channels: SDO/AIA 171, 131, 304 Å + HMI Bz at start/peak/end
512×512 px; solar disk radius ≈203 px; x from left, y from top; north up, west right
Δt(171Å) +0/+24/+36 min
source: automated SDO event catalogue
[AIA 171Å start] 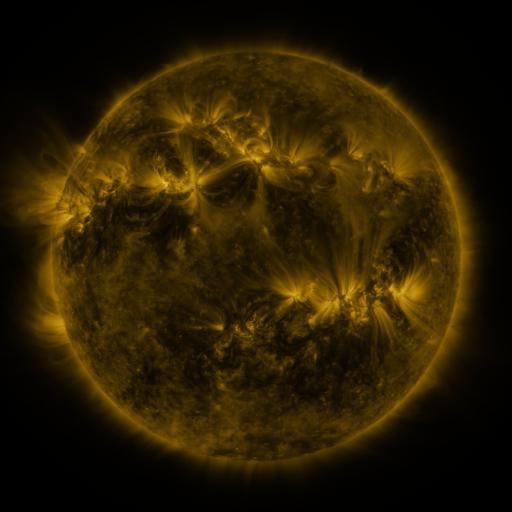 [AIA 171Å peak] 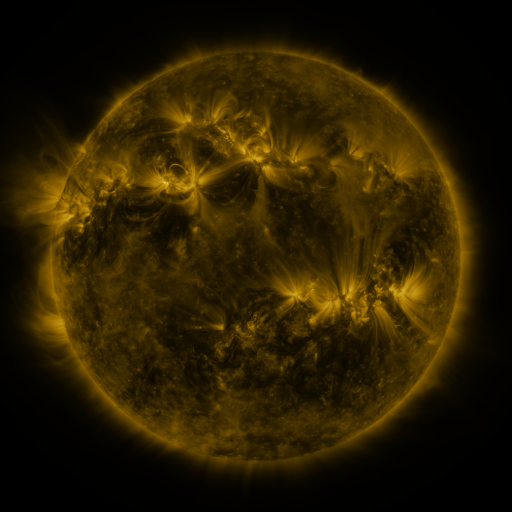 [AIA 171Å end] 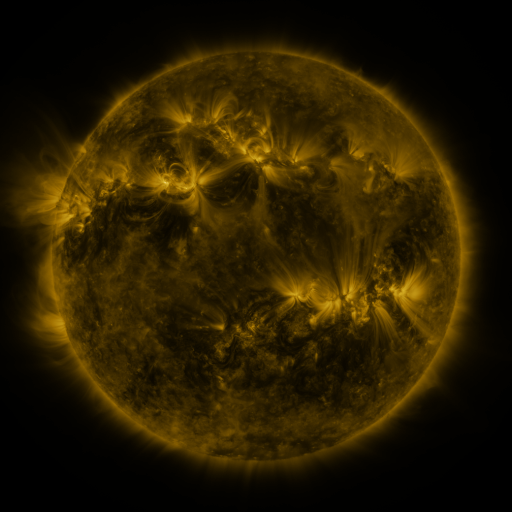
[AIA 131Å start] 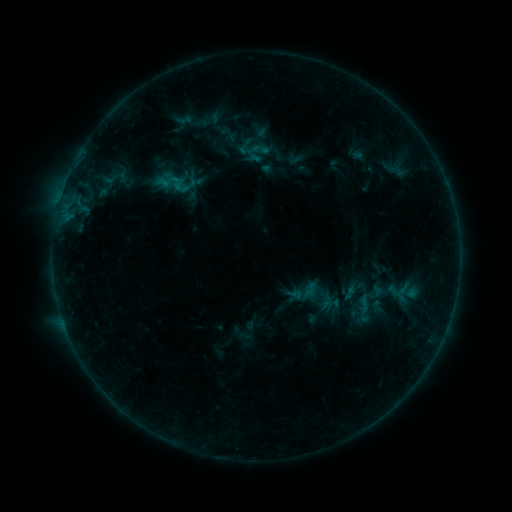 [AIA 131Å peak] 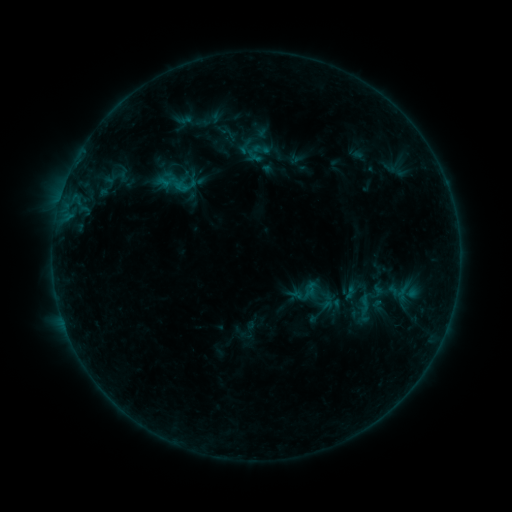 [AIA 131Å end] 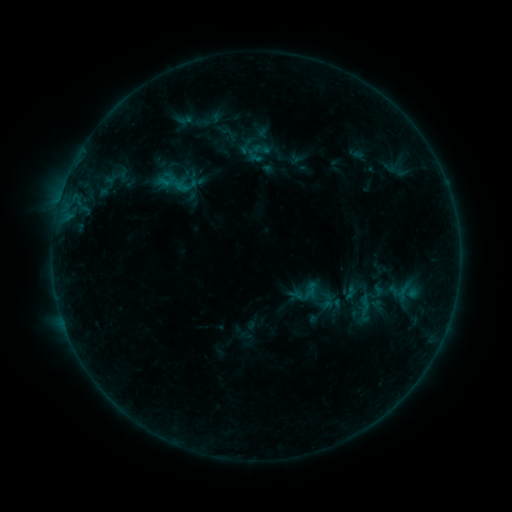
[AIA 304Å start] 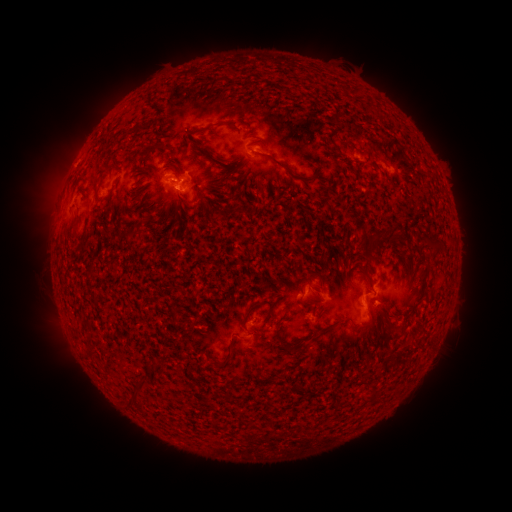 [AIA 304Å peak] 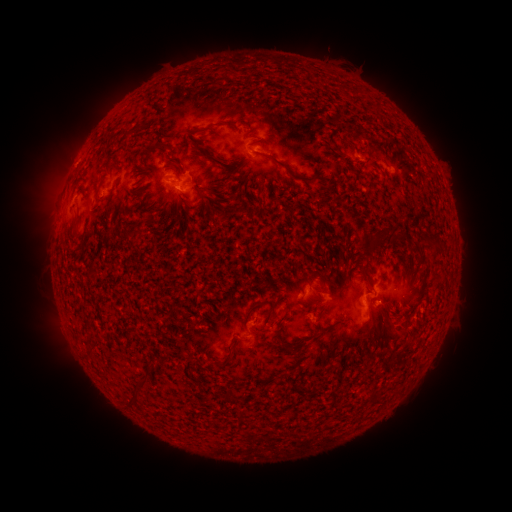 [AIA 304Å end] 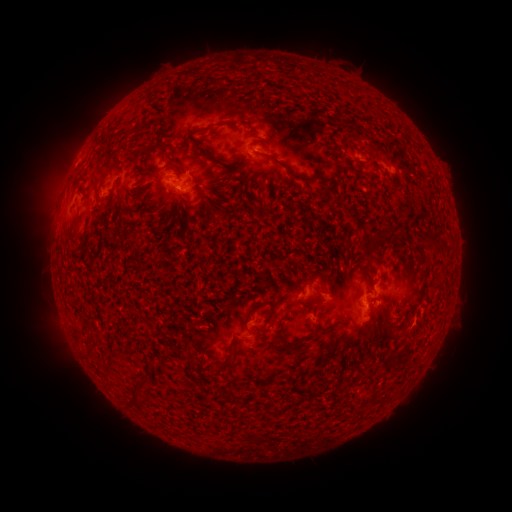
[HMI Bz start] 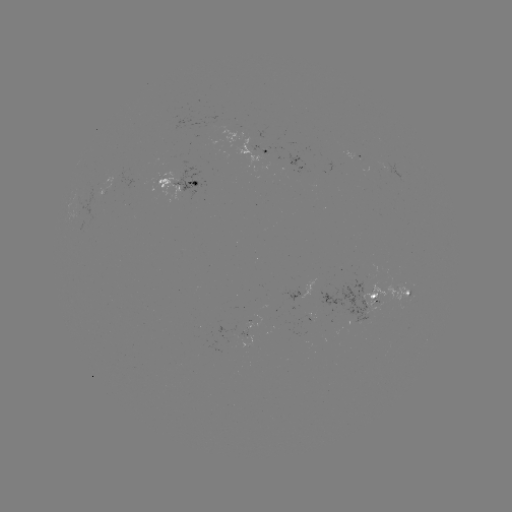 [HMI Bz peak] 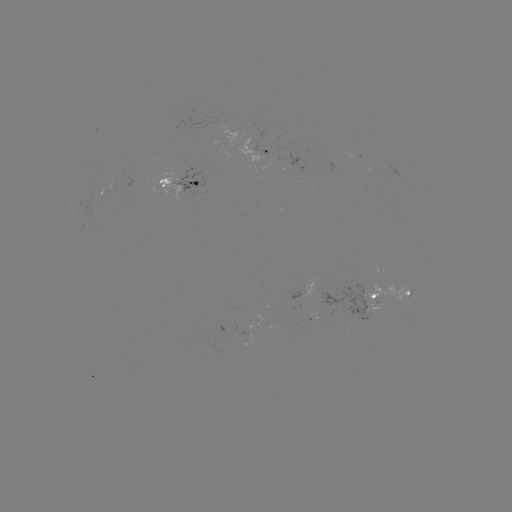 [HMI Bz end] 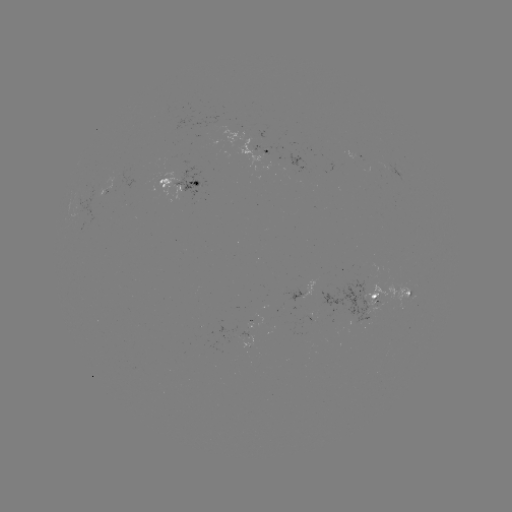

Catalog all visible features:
emerging-flux region: (364, 303)
